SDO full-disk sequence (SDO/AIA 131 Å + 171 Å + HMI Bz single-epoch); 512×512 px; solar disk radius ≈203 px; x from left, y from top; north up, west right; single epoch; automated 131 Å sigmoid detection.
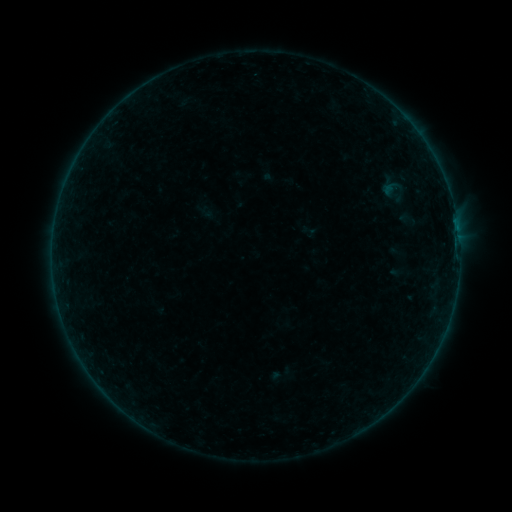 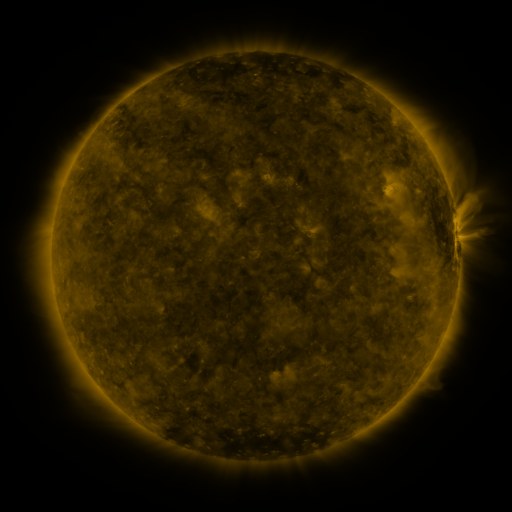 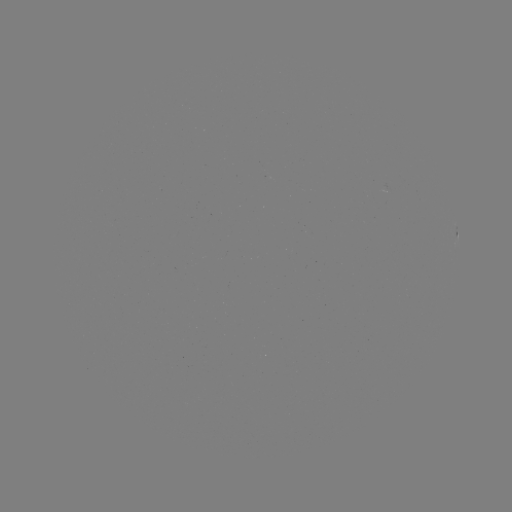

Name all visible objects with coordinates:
sigmoid: (408, 219)
